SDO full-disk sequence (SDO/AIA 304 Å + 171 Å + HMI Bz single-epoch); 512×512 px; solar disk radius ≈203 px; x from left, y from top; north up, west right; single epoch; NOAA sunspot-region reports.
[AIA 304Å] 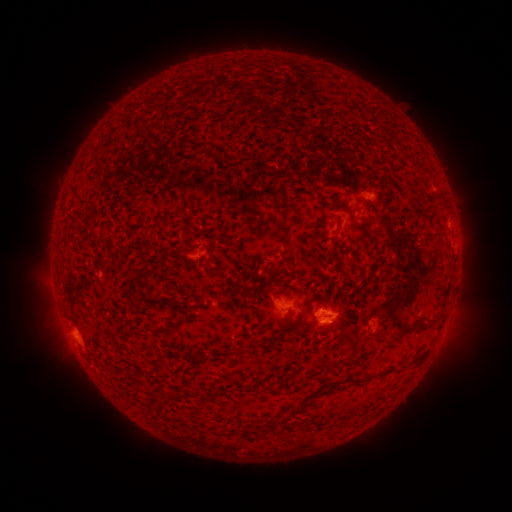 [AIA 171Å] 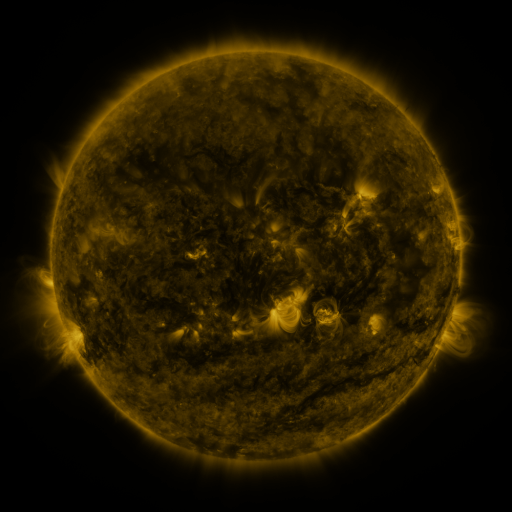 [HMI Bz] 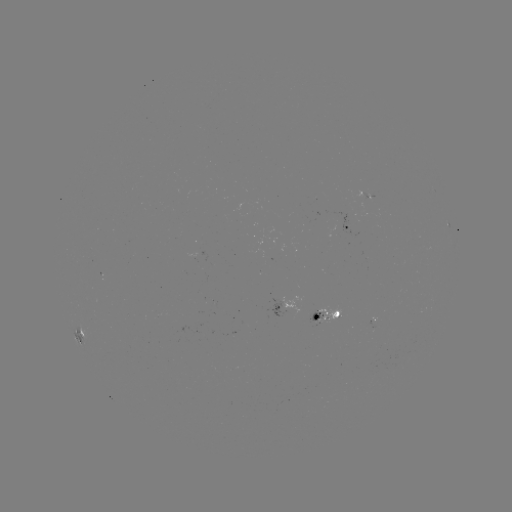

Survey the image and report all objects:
spotted active region: (348, 225)
spotted active region: (287, 305)
spotted active region: (324, 314)
spotted active region: (372, 321)
spotted active region: (79, 337)
